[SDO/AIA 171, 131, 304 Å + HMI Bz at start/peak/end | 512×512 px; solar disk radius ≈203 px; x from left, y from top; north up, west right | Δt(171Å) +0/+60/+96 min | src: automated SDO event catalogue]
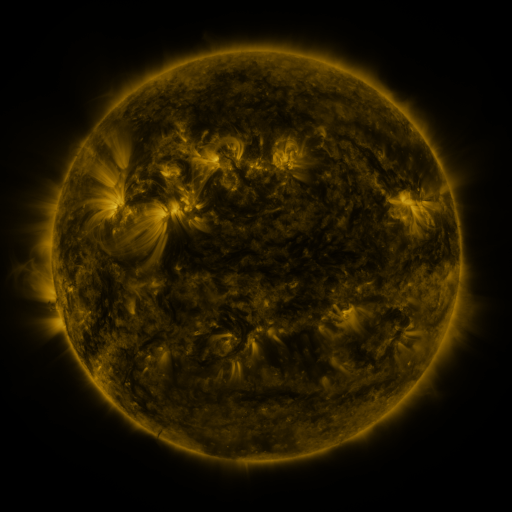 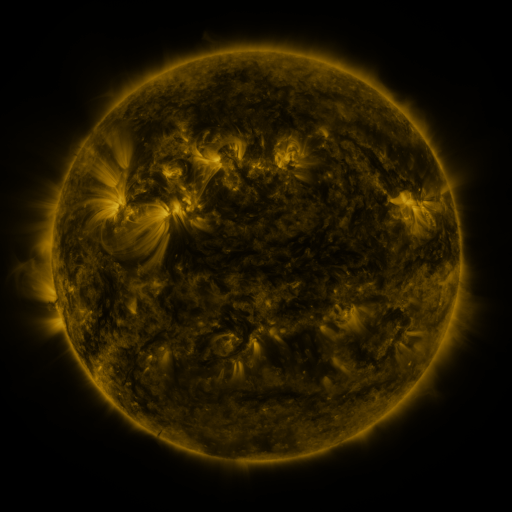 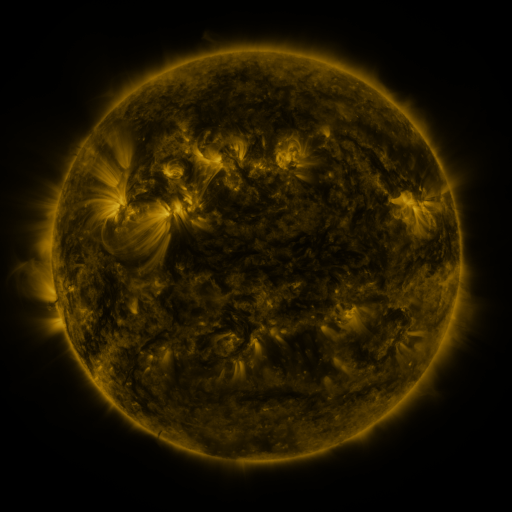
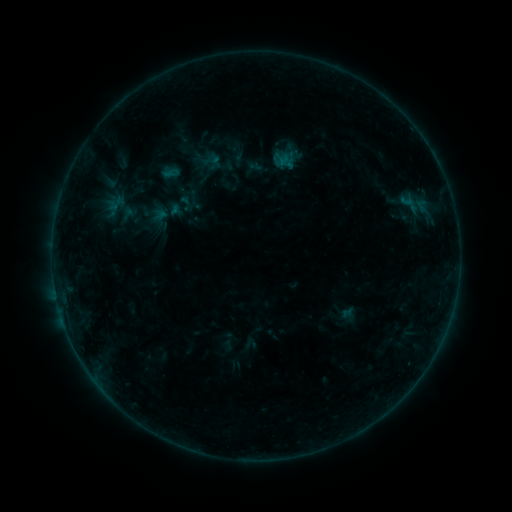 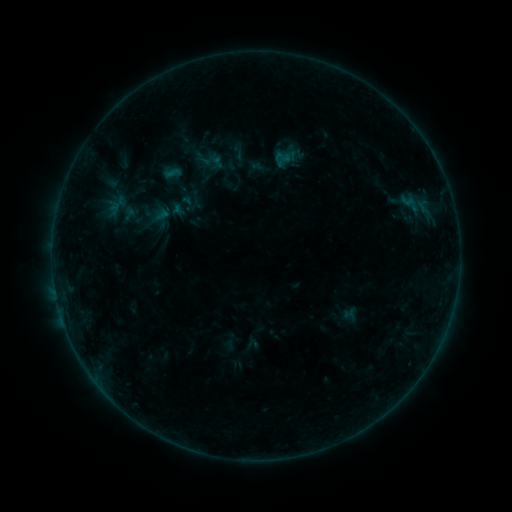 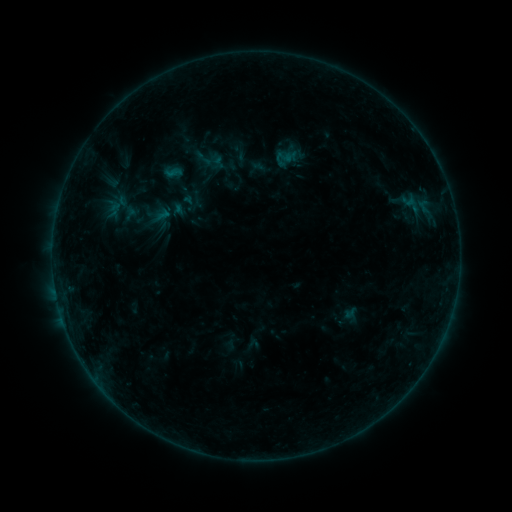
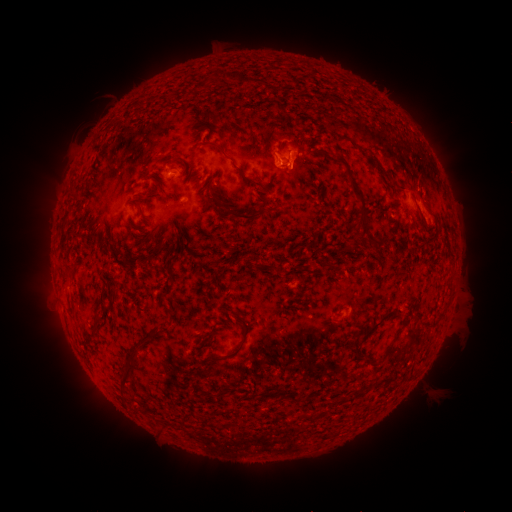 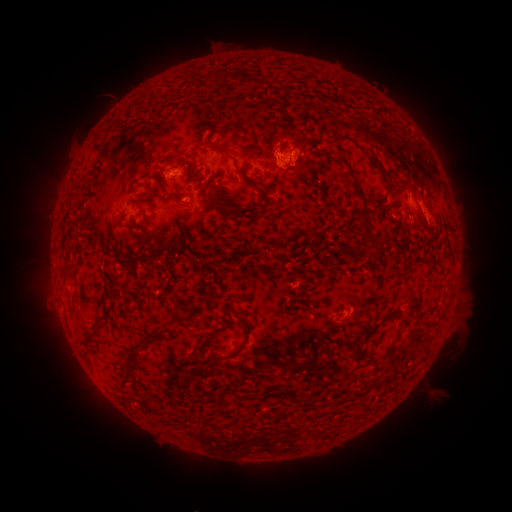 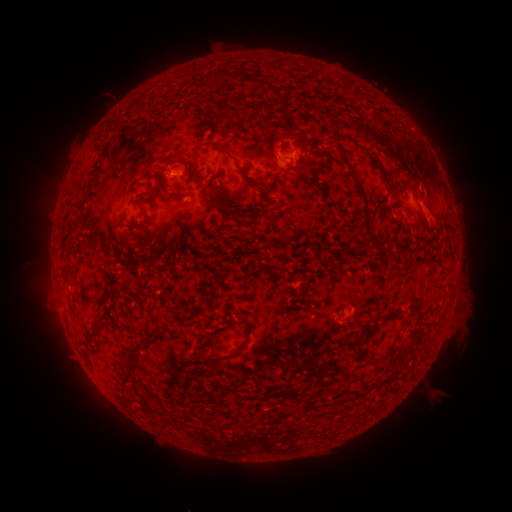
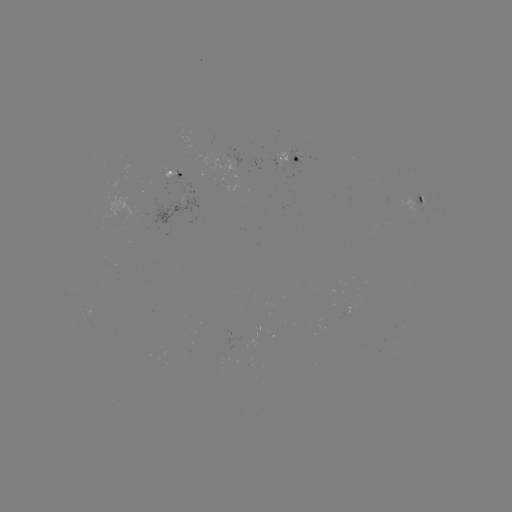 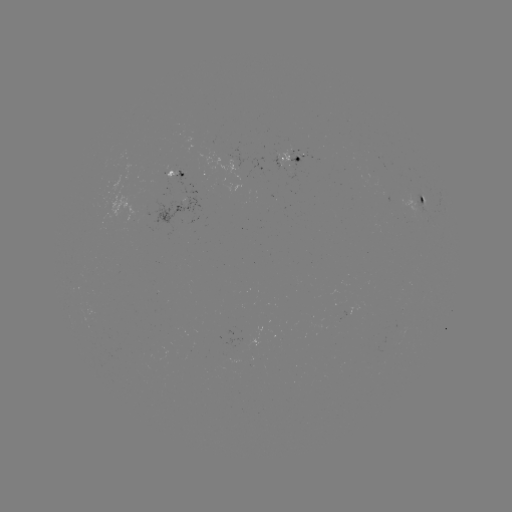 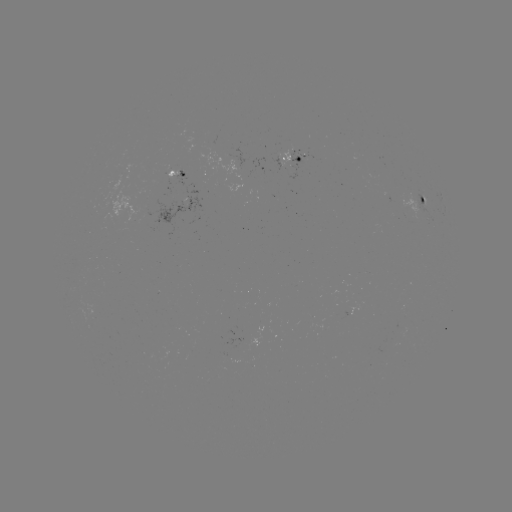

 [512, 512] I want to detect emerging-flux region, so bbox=[396, 188, 422, 221].